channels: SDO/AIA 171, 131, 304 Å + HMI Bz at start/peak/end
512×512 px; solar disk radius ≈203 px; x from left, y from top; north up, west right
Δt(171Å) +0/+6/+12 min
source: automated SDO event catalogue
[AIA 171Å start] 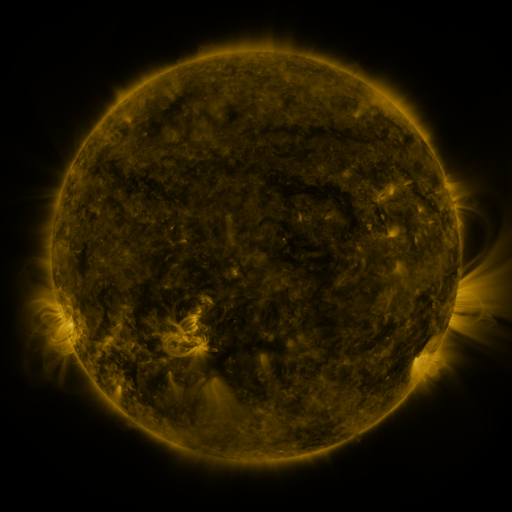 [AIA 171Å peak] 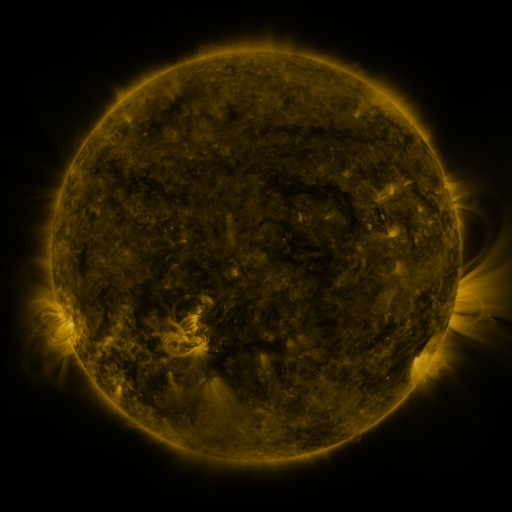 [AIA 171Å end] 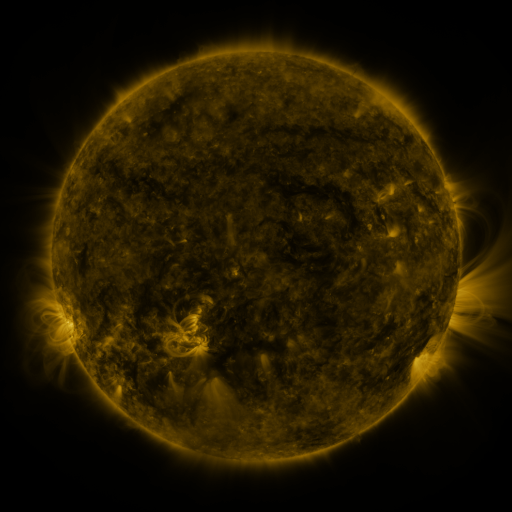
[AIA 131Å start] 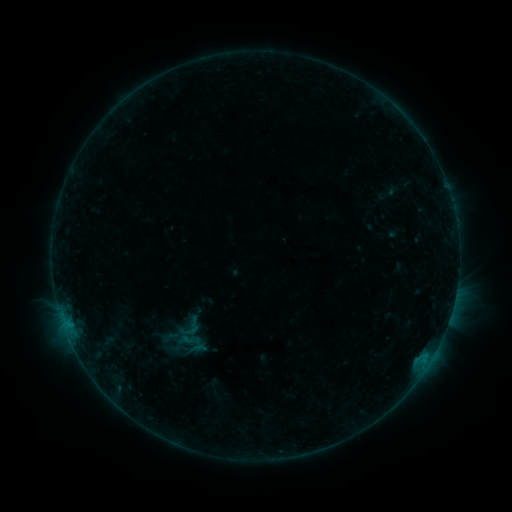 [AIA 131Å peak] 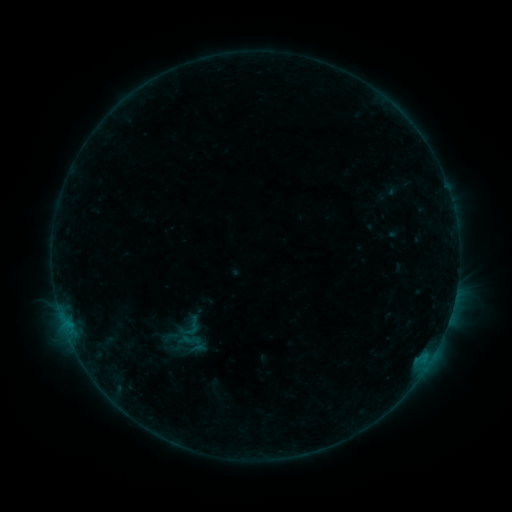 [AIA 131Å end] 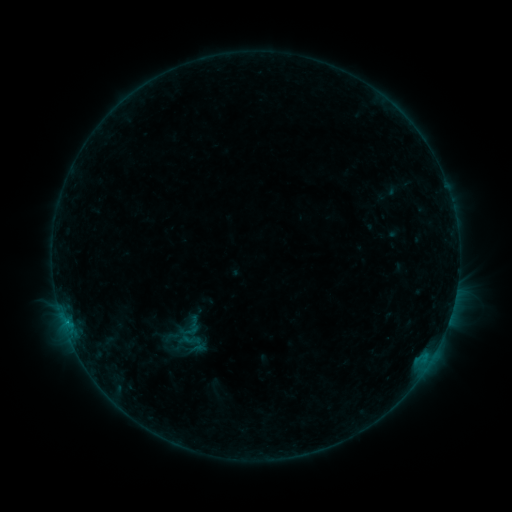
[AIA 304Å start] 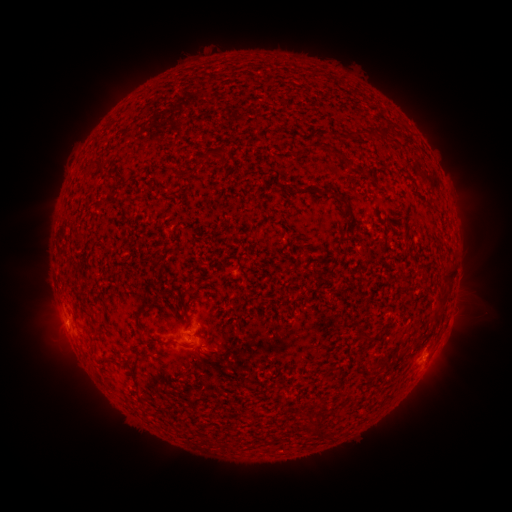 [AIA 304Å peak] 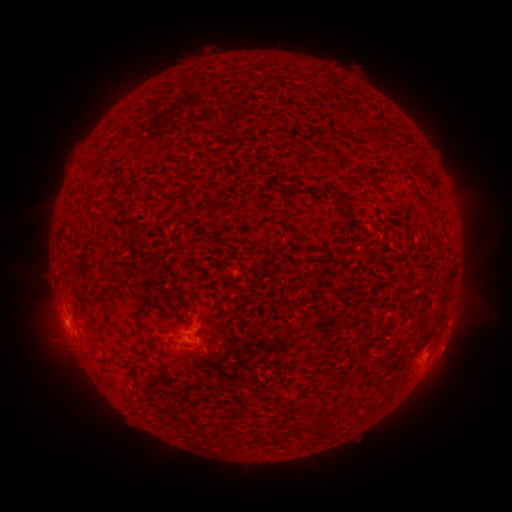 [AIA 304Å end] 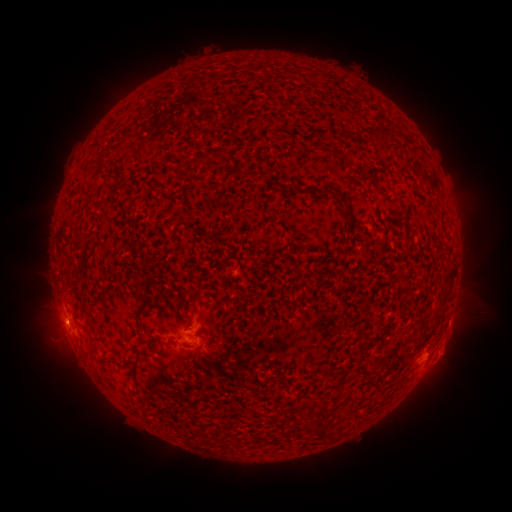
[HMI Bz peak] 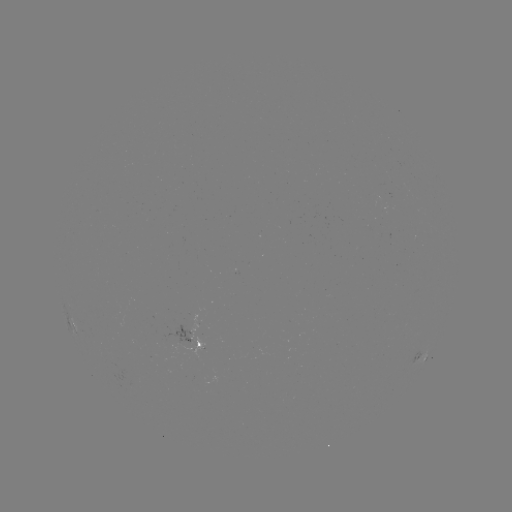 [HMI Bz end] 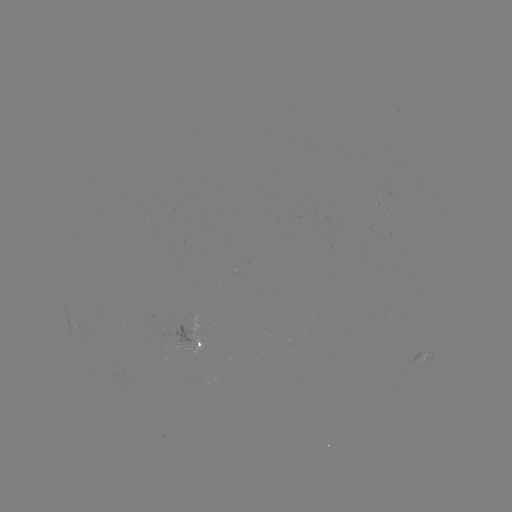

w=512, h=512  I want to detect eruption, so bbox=[434, 322, 473, 372].